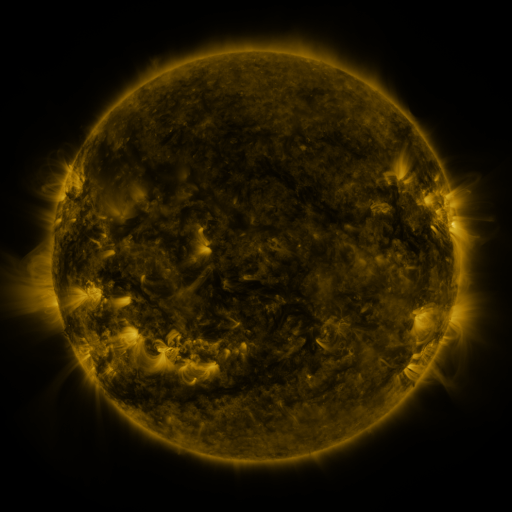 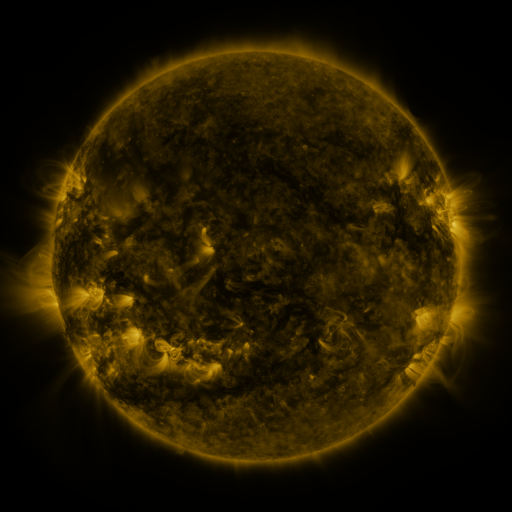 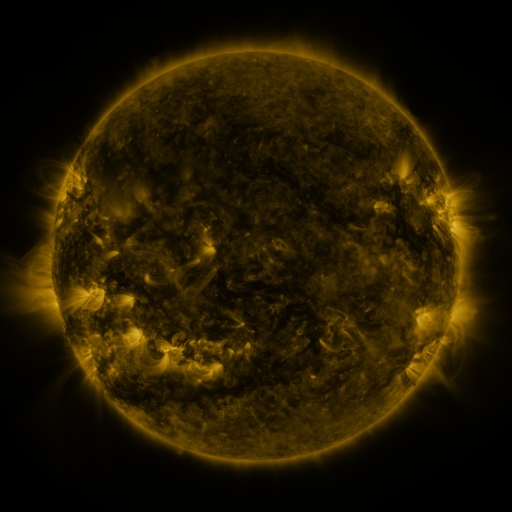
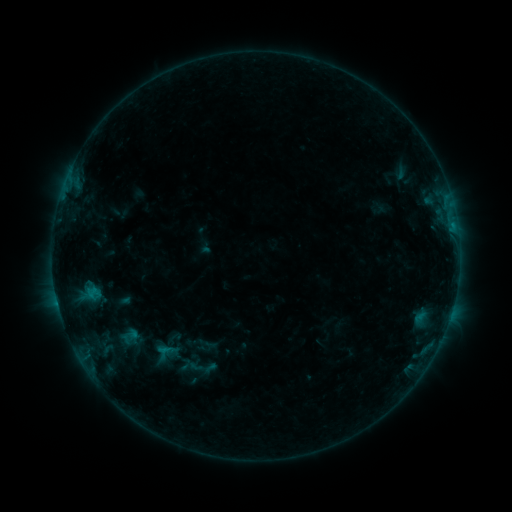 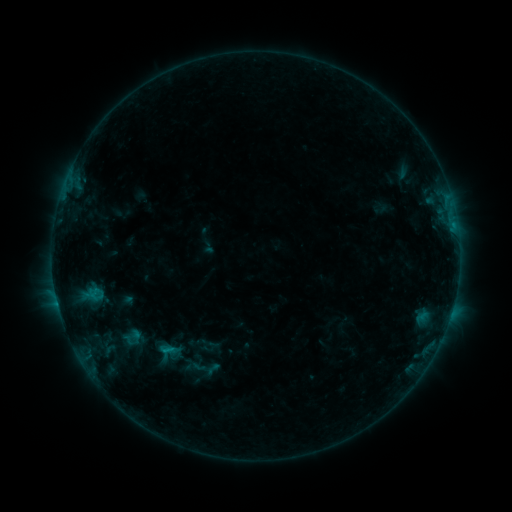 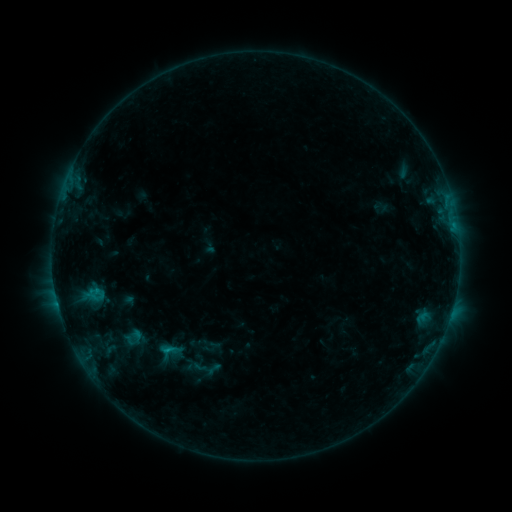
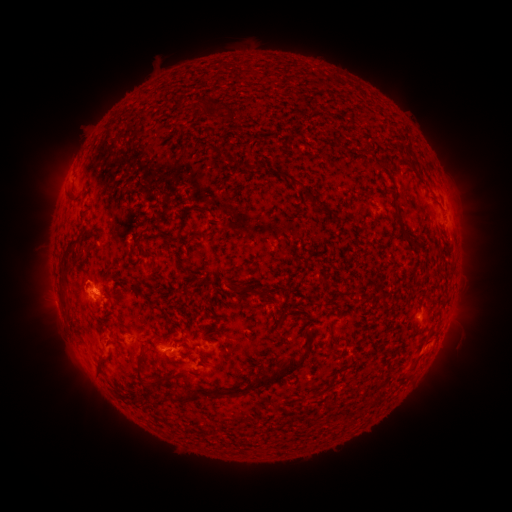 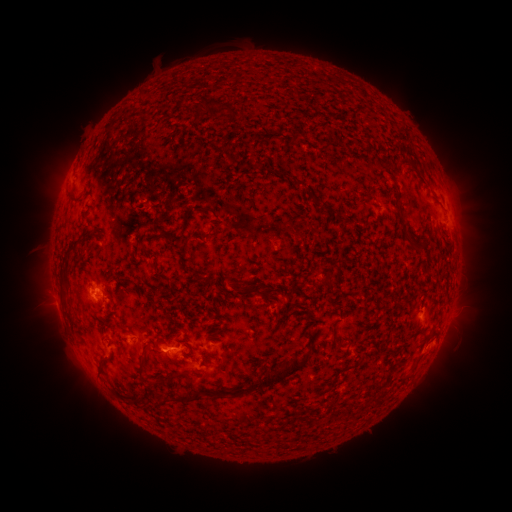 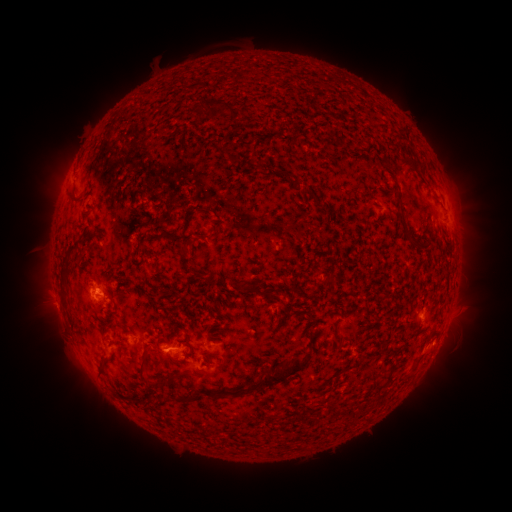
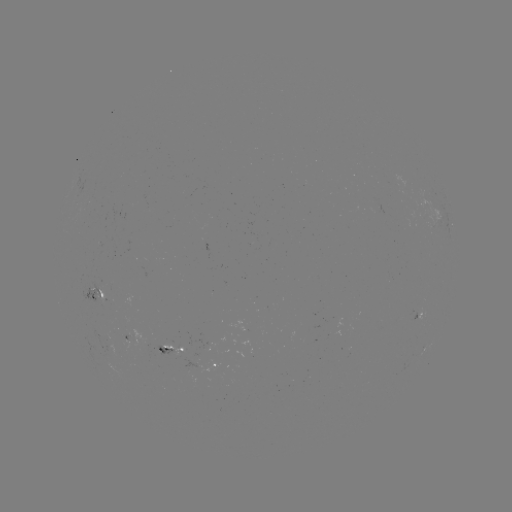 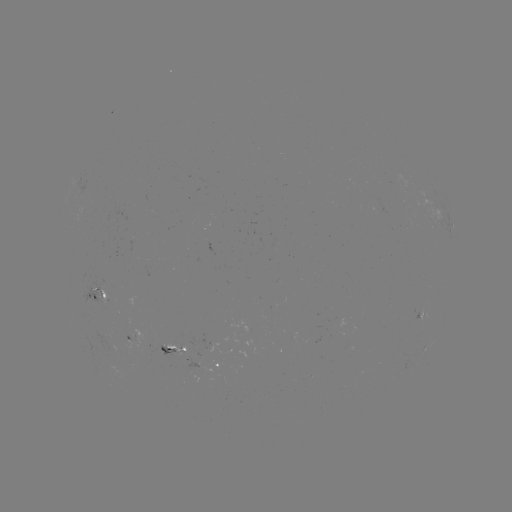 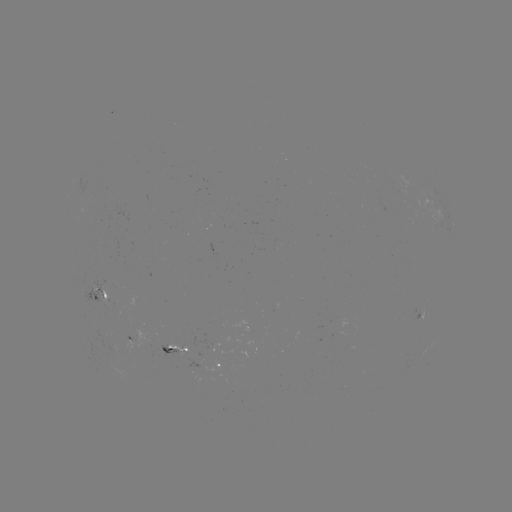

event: emerging-flux region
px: (340, 319)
